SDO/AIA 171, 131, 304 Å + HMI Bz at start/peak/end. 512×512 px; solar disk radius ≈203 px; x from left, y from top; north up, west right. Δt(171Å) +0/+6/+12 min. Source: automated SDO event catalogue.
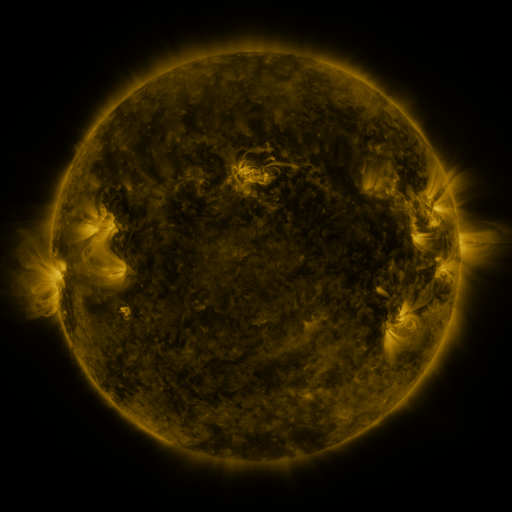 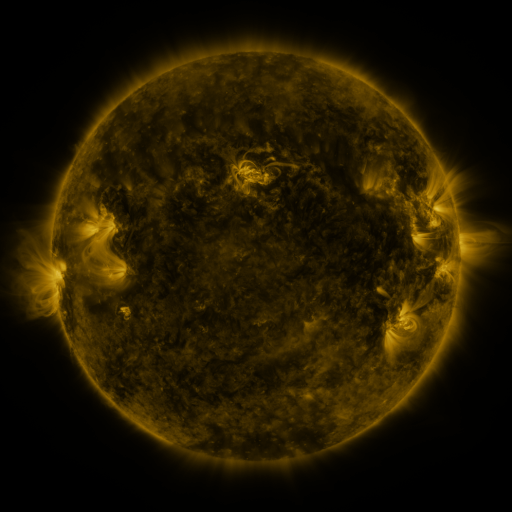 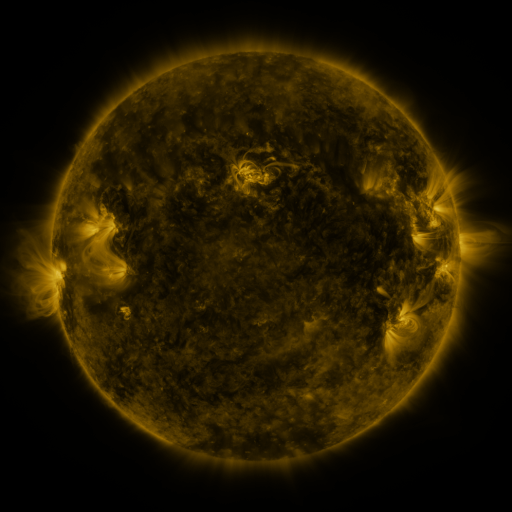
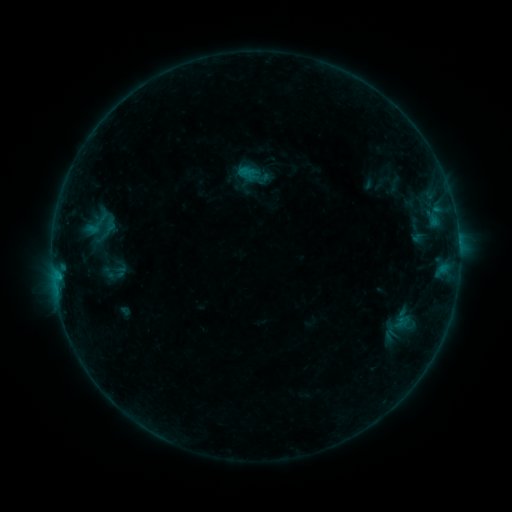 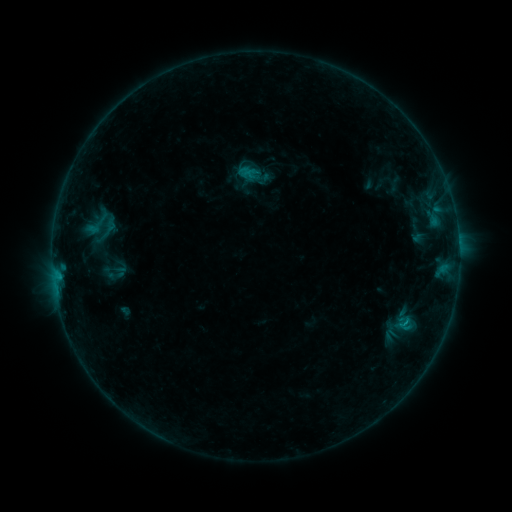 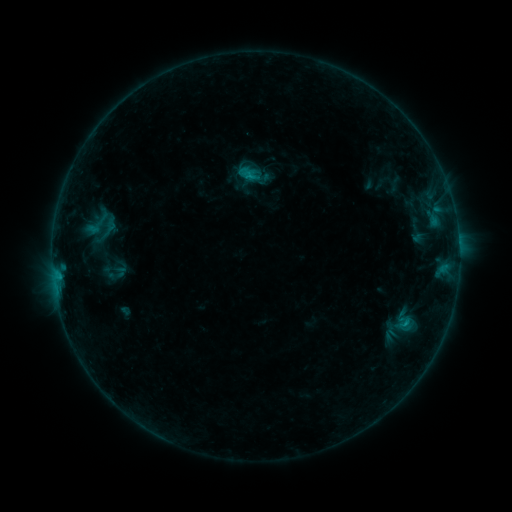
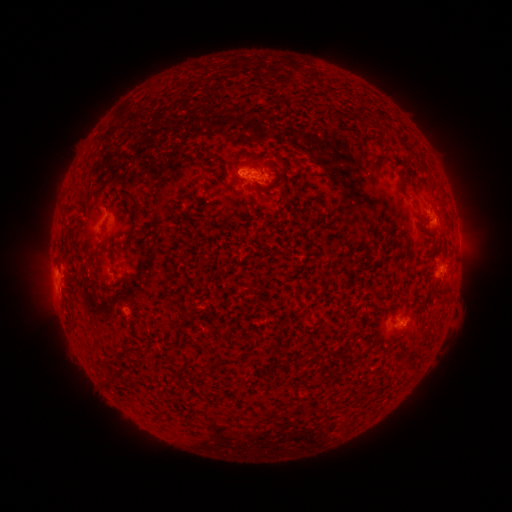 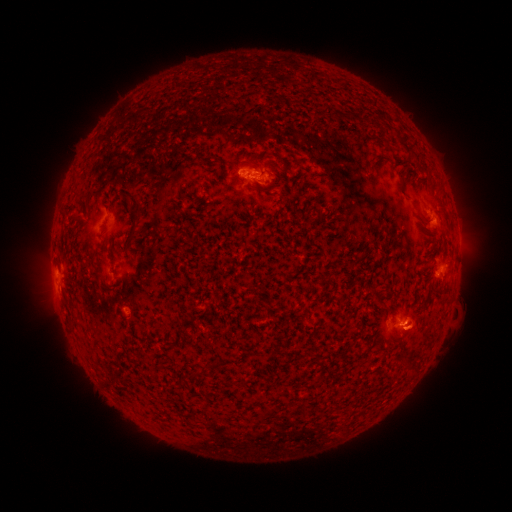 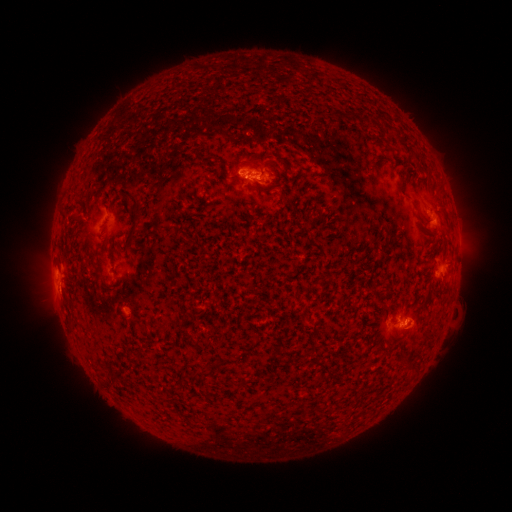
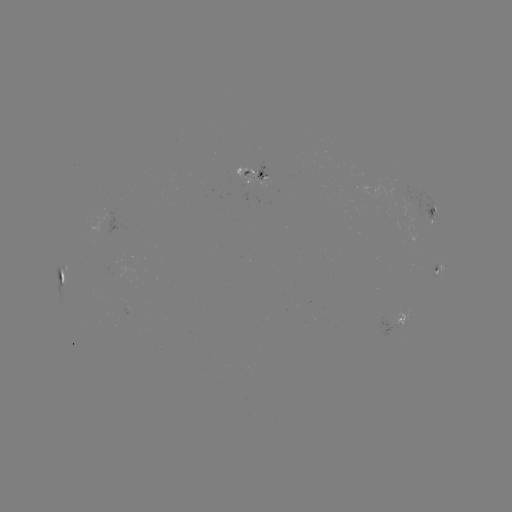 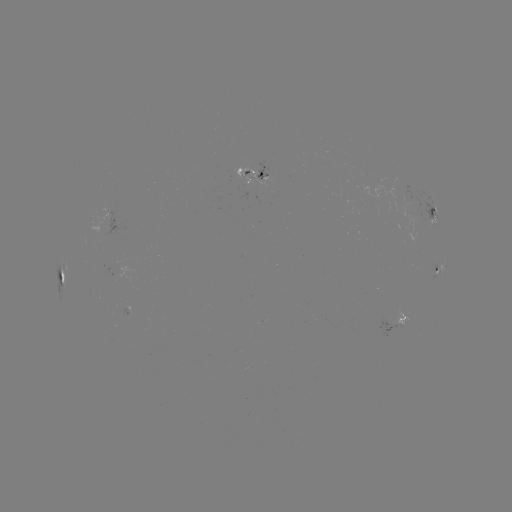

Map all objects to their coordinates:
eruption: (413, 326)
